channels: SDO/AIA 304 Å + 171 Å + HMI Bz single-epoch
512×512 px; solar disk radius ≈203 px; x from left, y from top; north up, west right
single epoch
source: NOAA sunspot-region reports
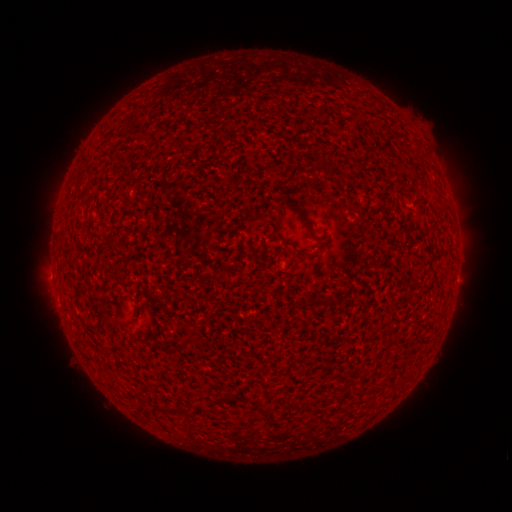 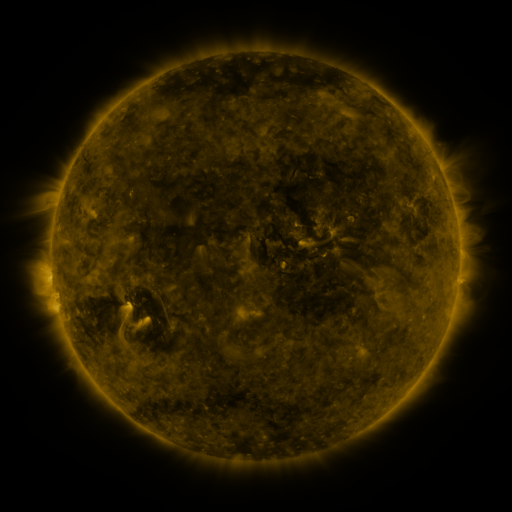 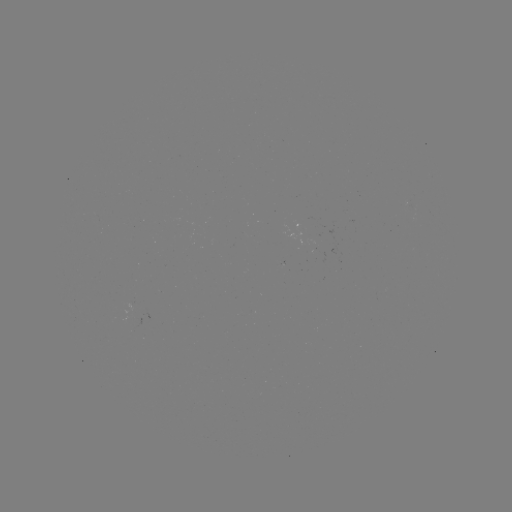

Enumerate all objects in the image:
(none)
